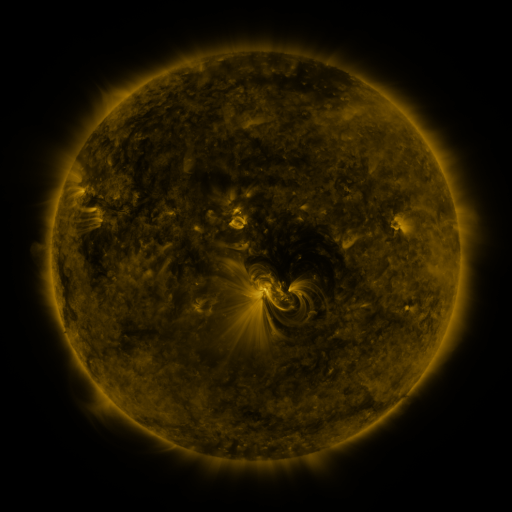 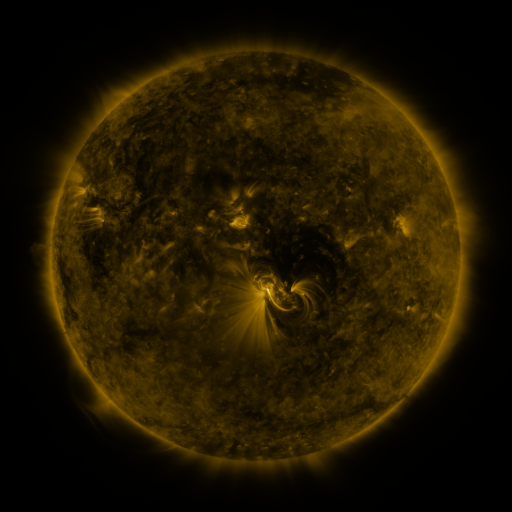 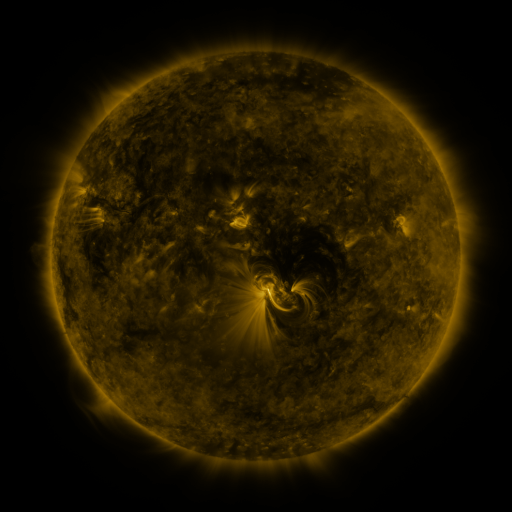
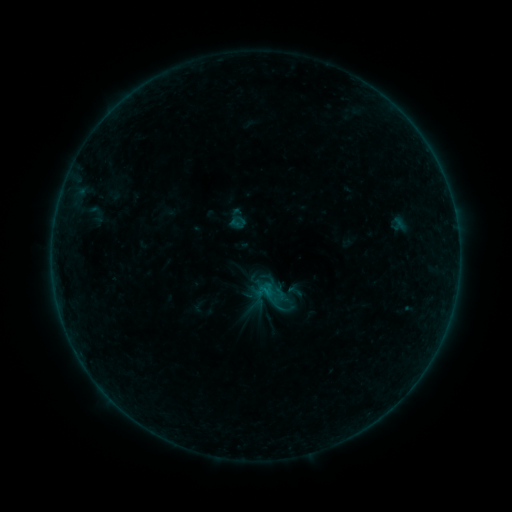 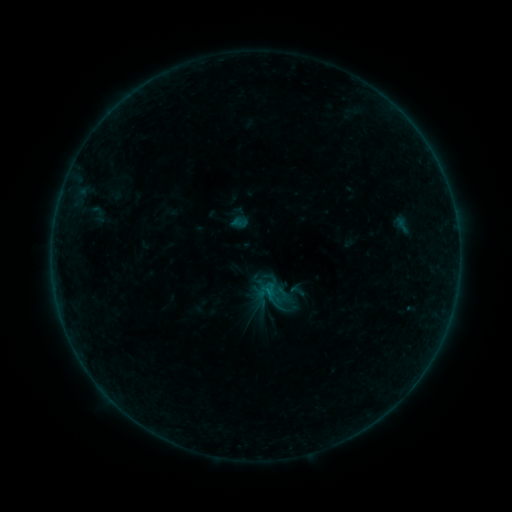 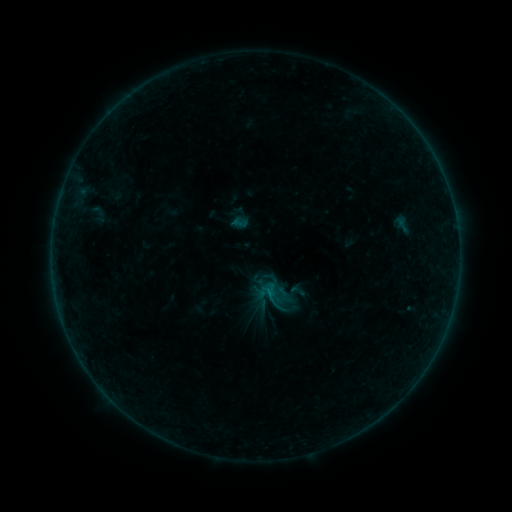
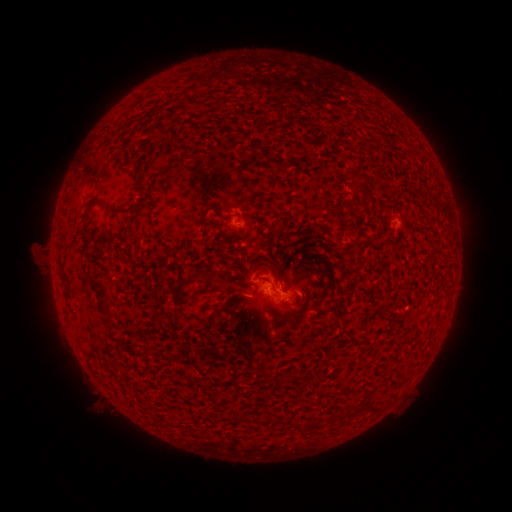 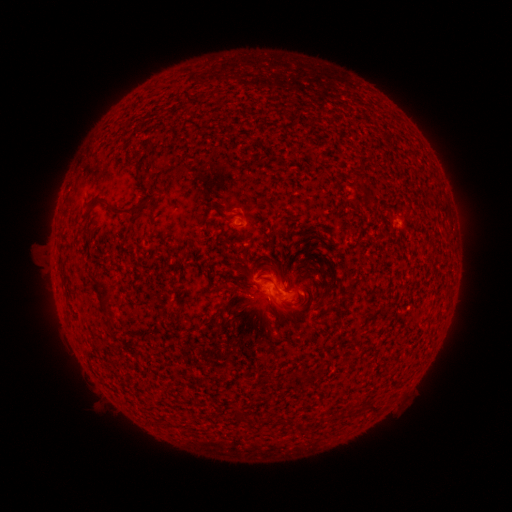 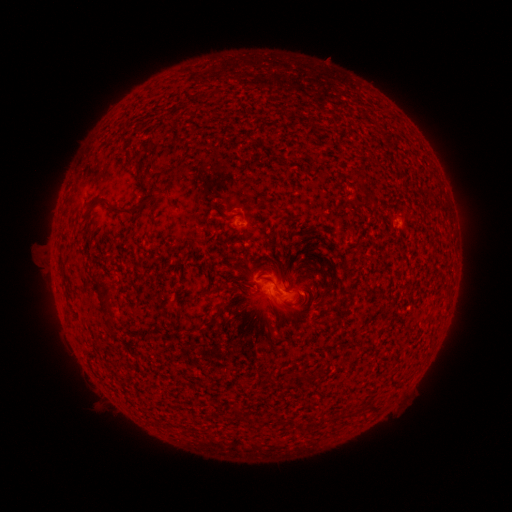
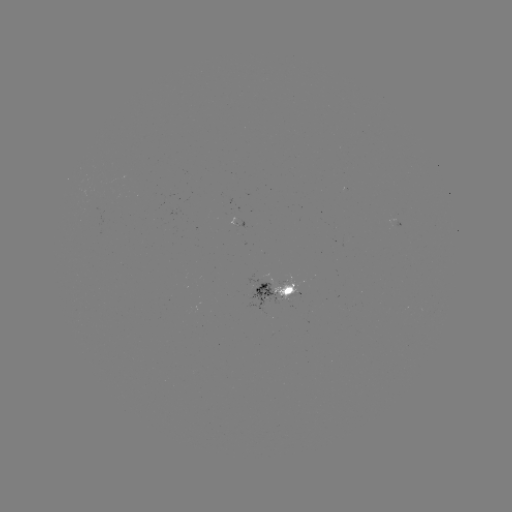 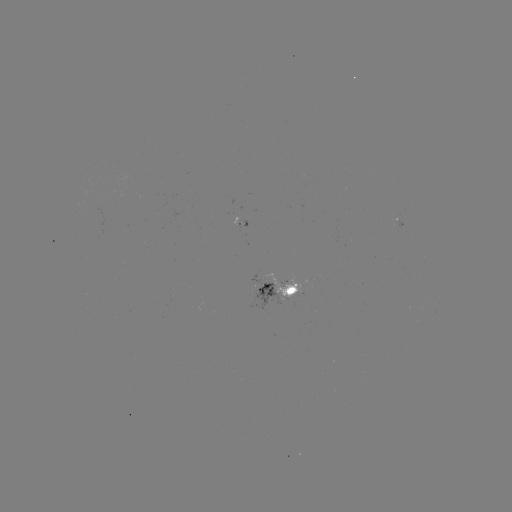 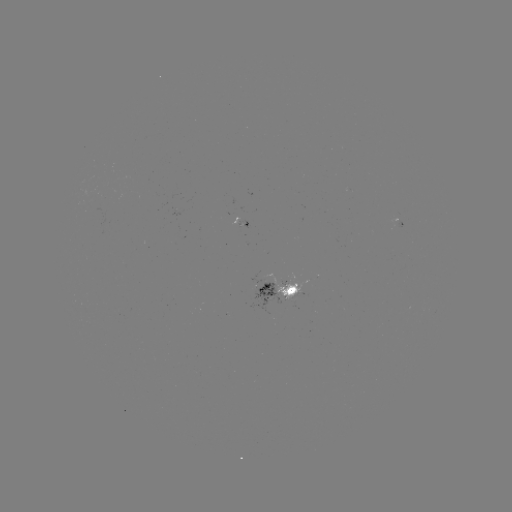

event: emerging-flux region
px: (242, 224)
